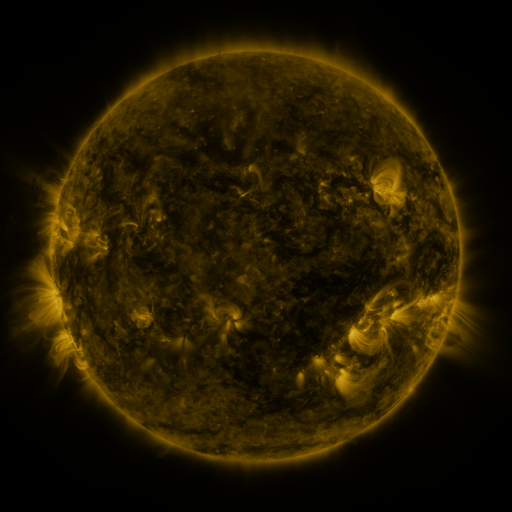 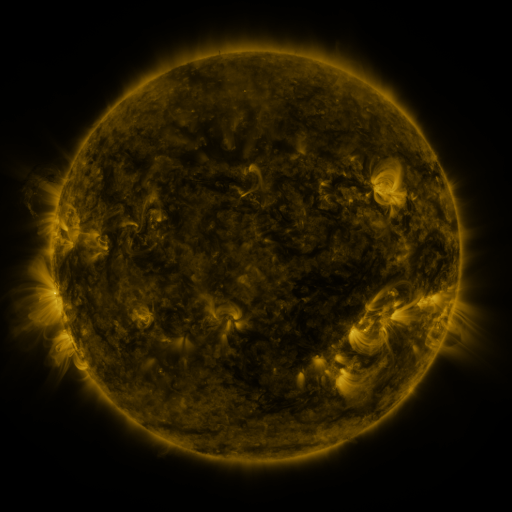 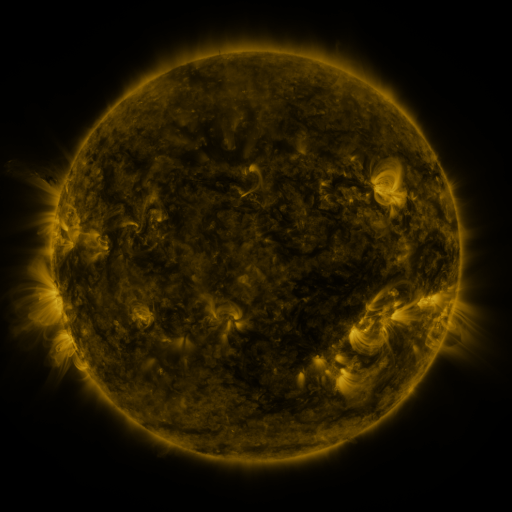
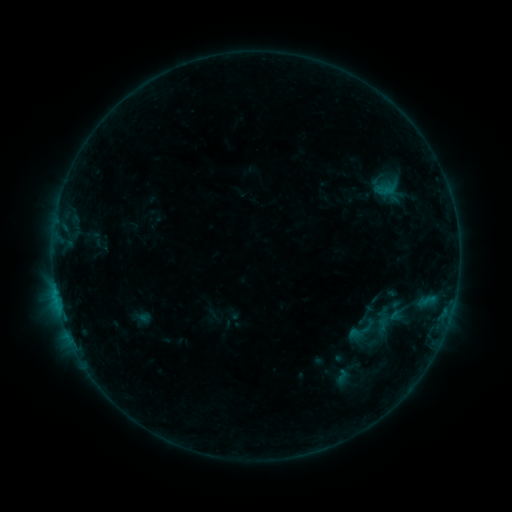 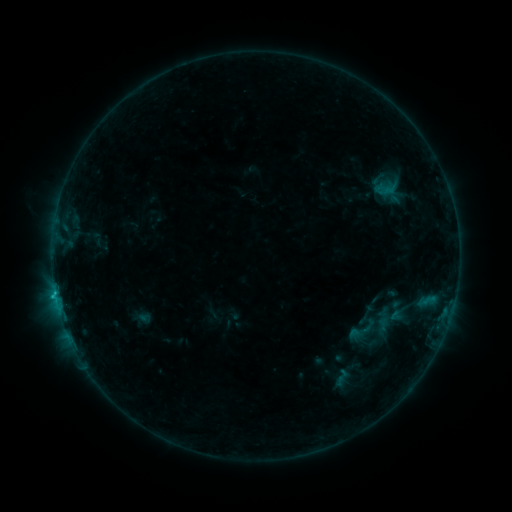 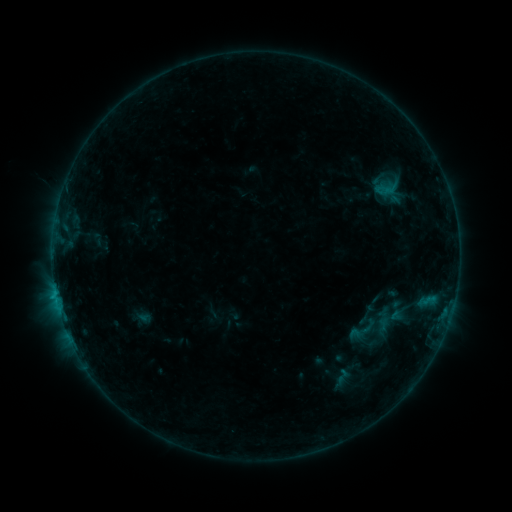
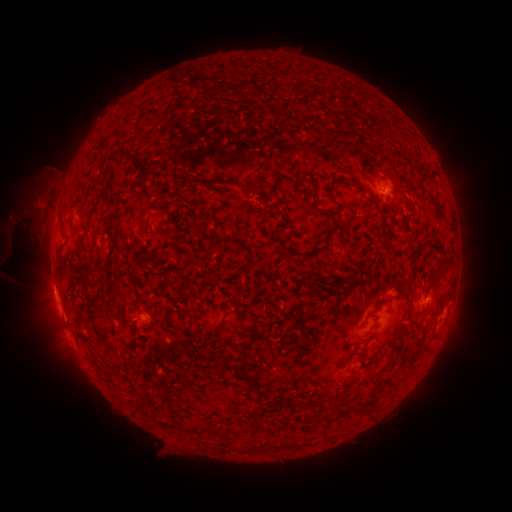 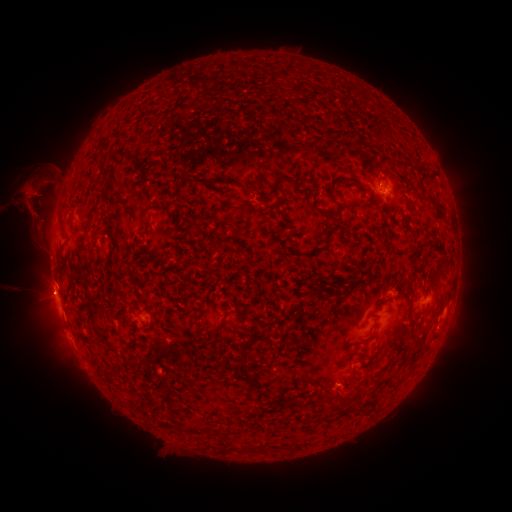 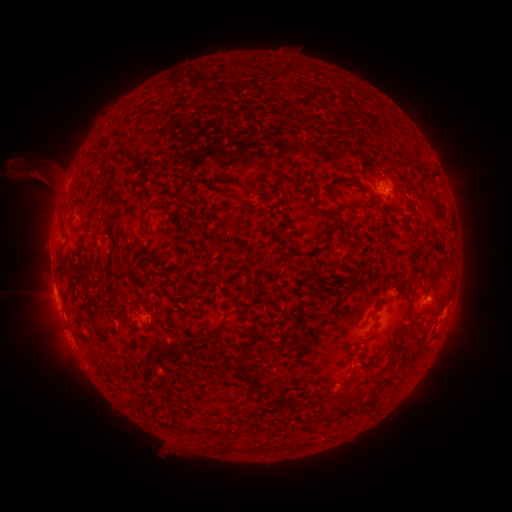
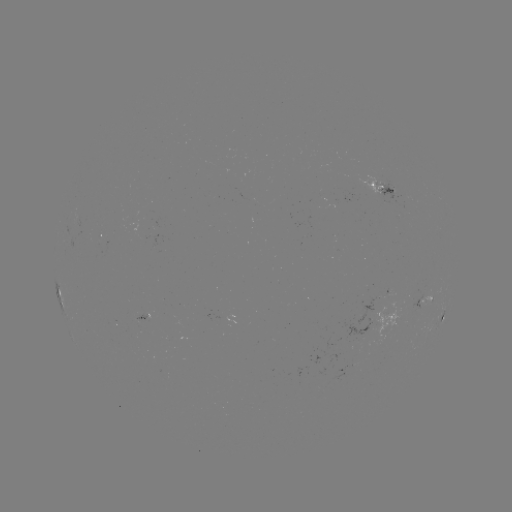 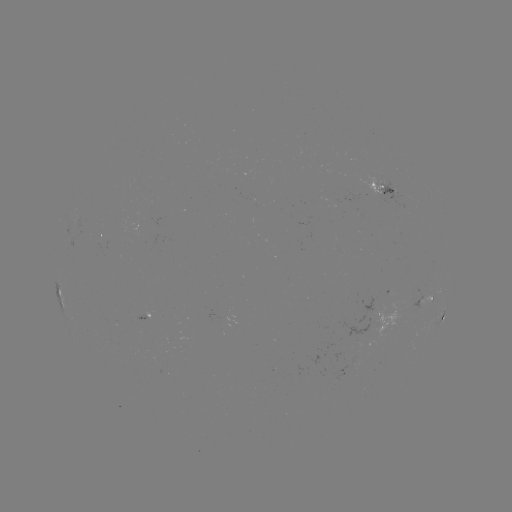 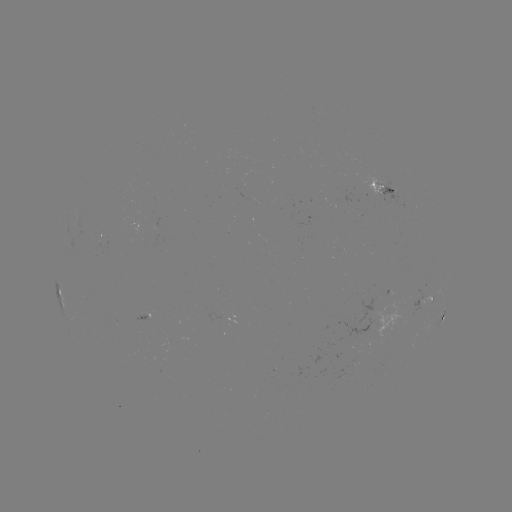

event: flare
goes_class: B7.1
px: (56, 294)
